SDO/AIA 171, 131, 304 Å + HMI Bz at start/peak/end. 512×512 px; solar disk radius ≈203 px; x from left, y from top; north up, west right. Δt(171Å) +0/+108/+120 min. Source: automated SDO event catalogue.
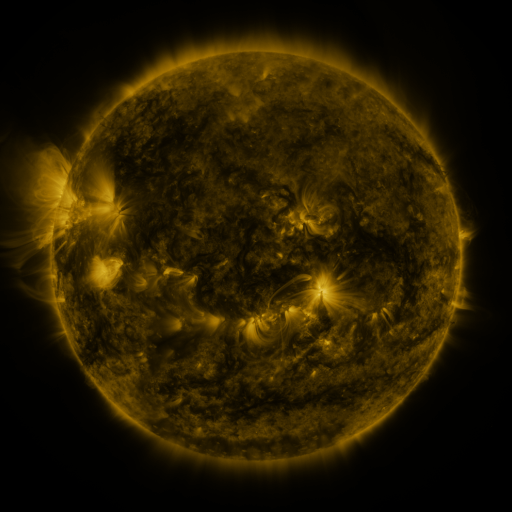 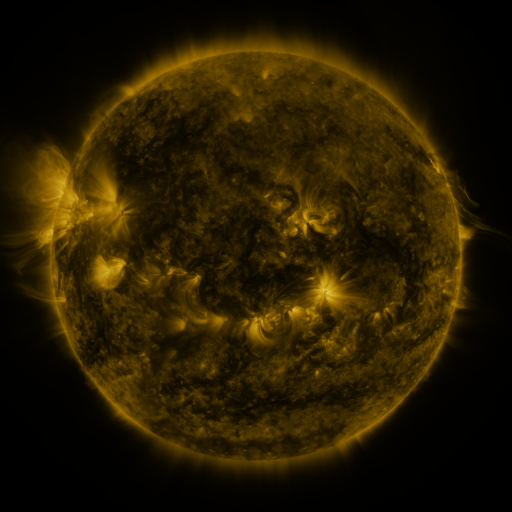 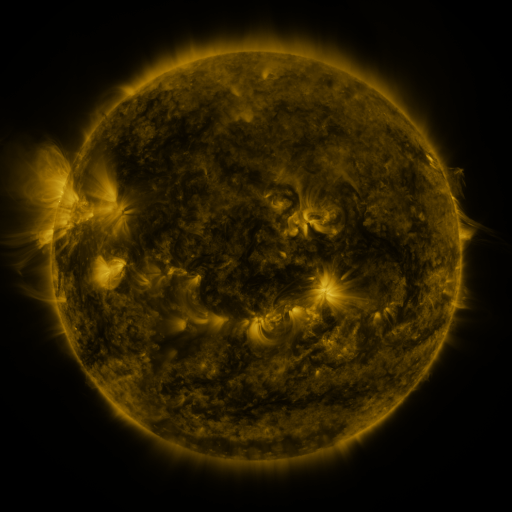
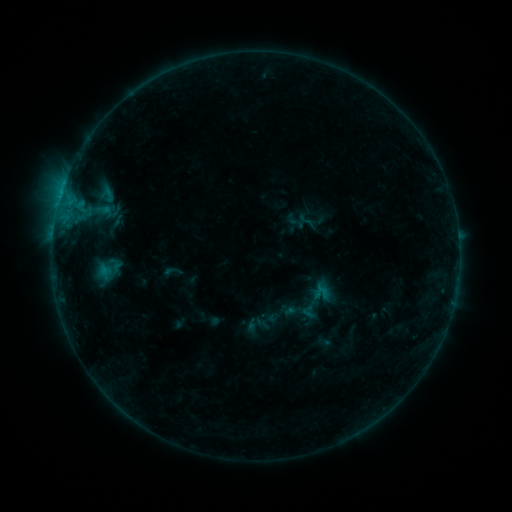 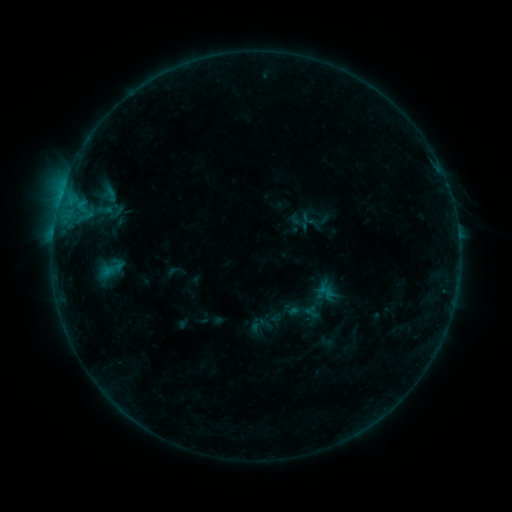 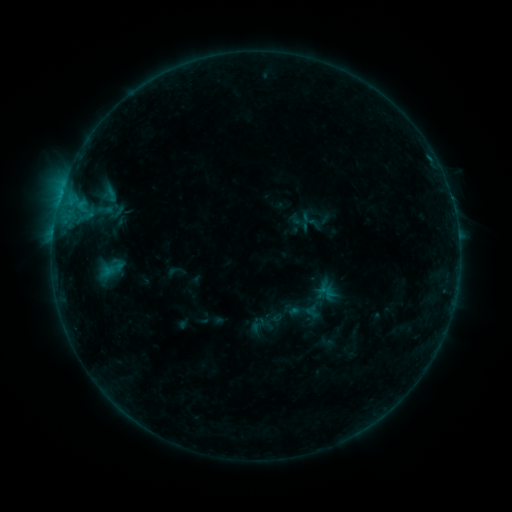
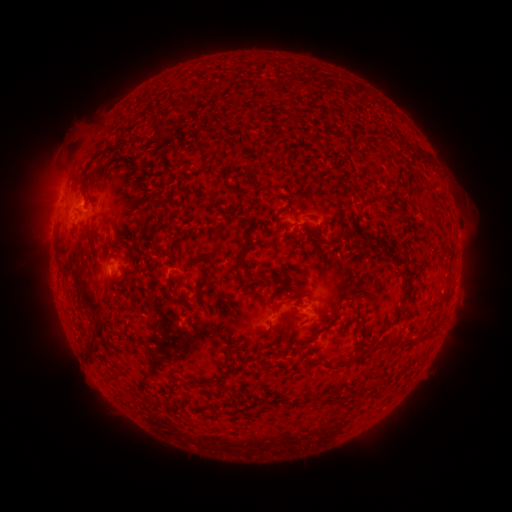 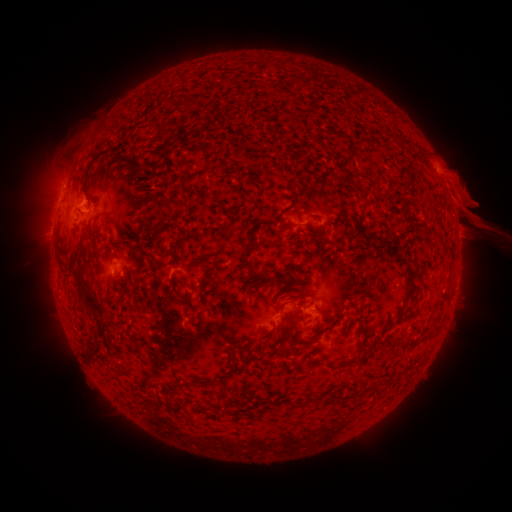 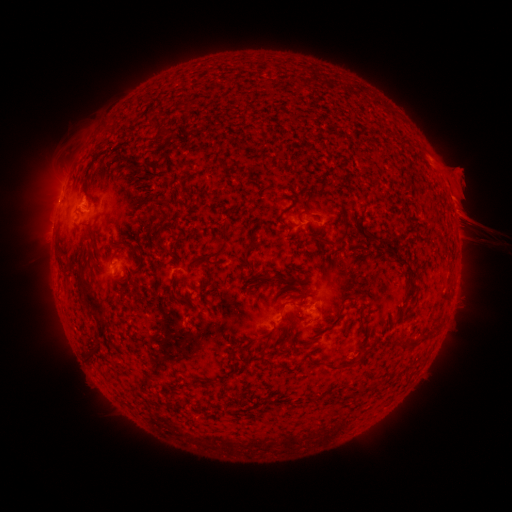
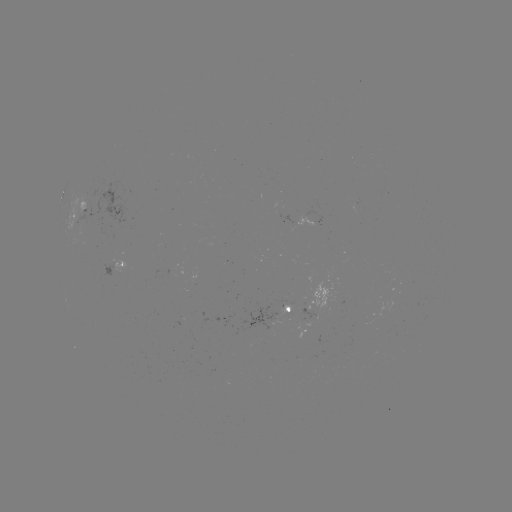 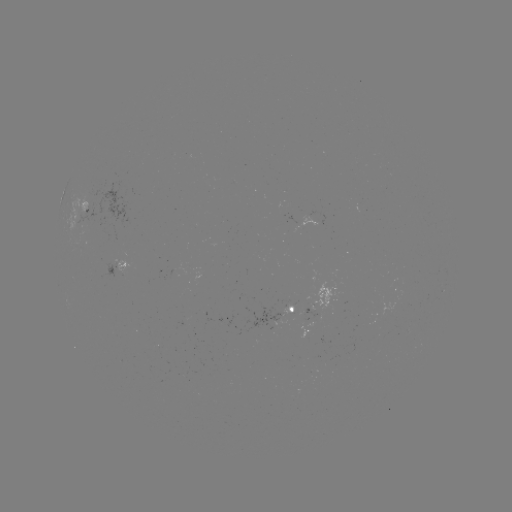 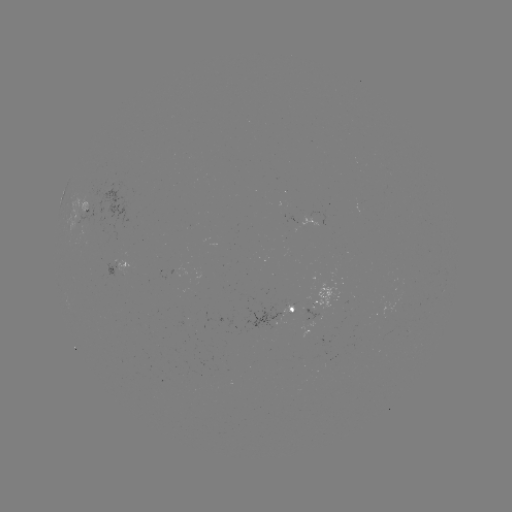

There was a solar emerging-flux region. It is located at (93, 224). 